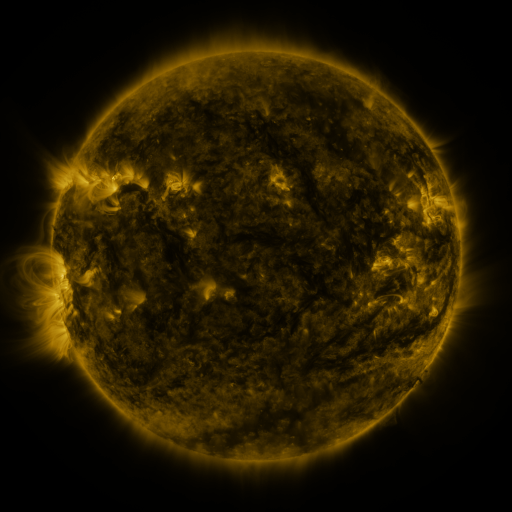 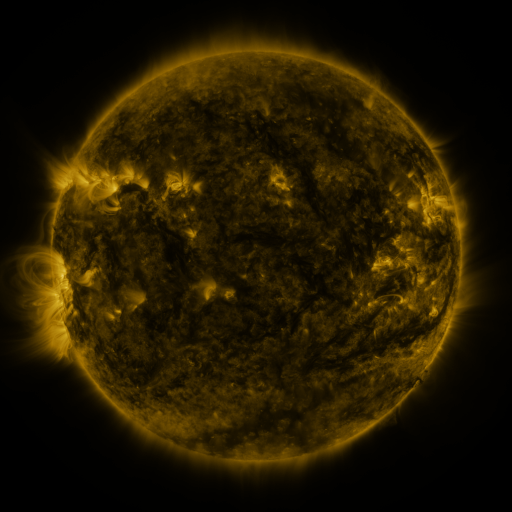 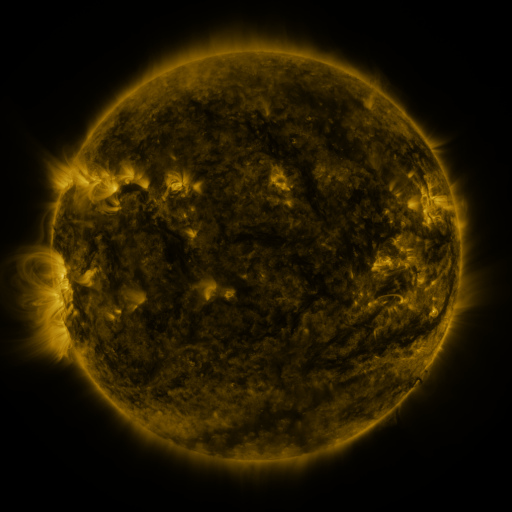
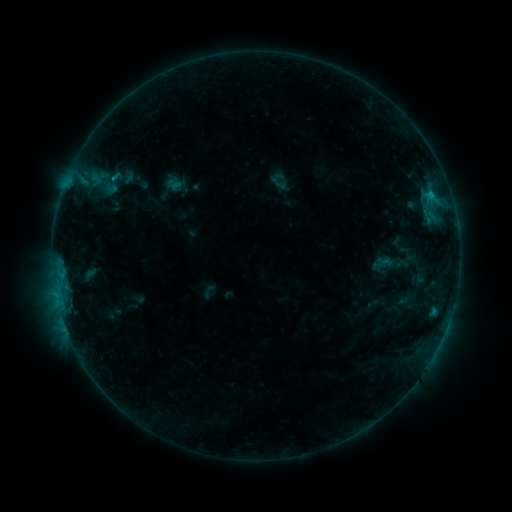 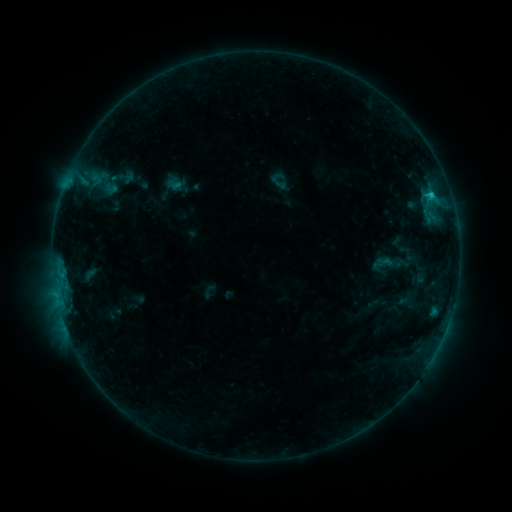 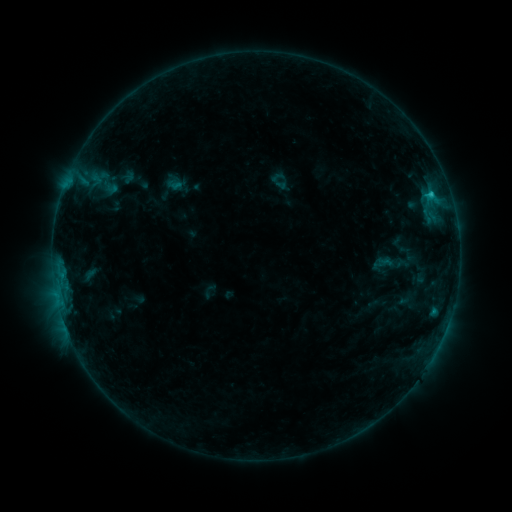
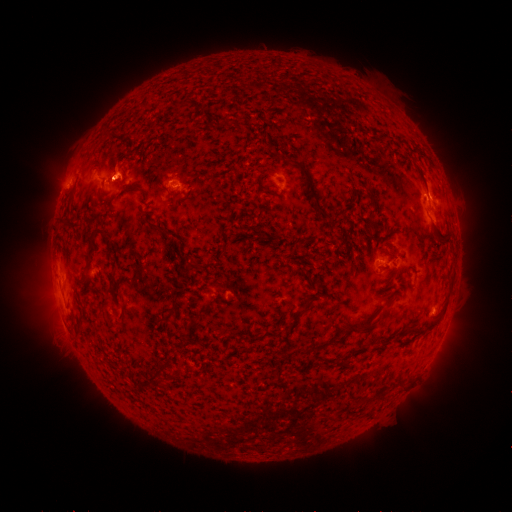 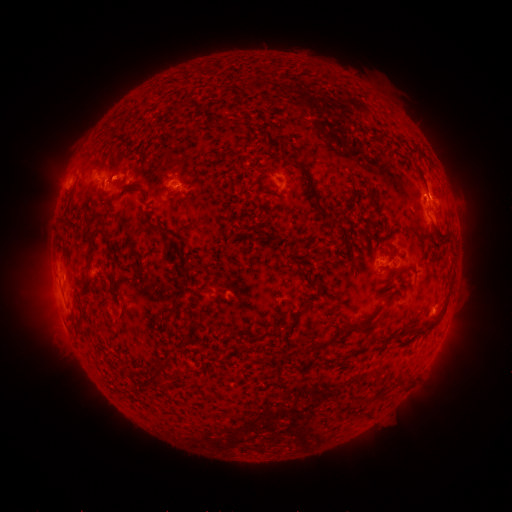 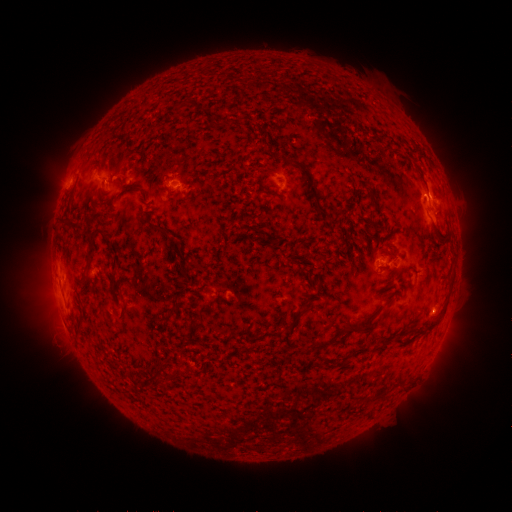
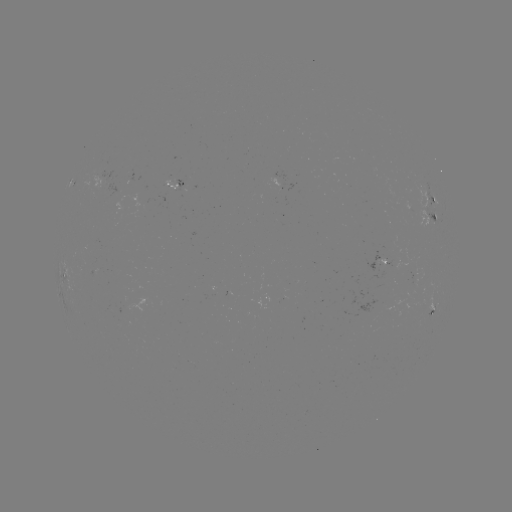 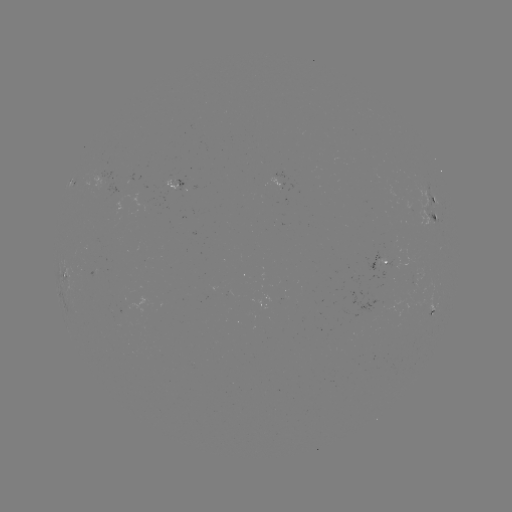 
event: flare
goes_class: C1.1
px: (431, 196)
